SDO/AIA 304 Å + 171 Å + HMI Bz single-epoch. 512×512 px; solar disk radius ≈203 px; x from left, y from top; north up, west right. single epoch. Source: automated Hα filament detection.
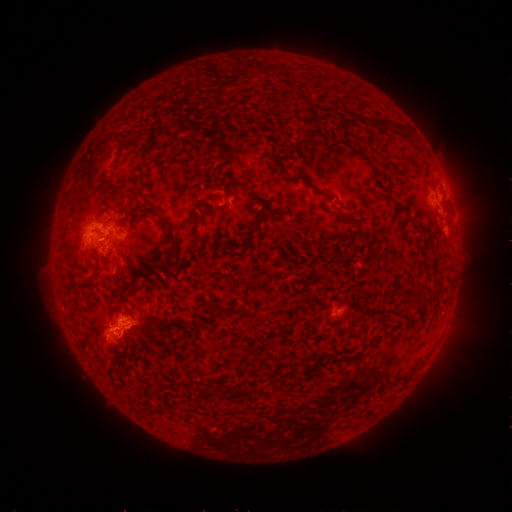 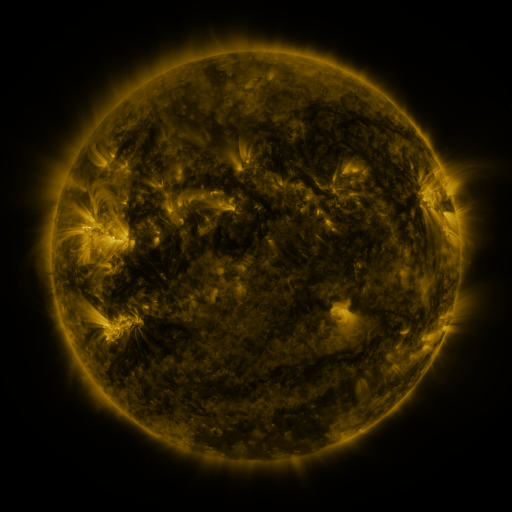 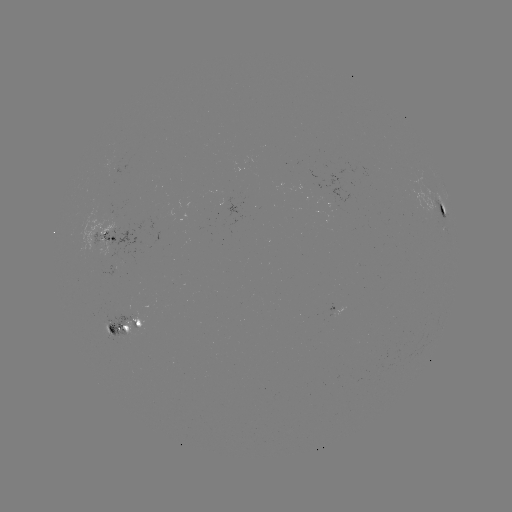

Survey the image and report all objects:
filament: (107, 190)
filament: (264, 206)
filament: (442, 212)
filament: (346, 220)
filament: (168, 224)
filament: (198, 237)
filament: (120, 269)
filament: (274, 381)
filament: (216, 395)
